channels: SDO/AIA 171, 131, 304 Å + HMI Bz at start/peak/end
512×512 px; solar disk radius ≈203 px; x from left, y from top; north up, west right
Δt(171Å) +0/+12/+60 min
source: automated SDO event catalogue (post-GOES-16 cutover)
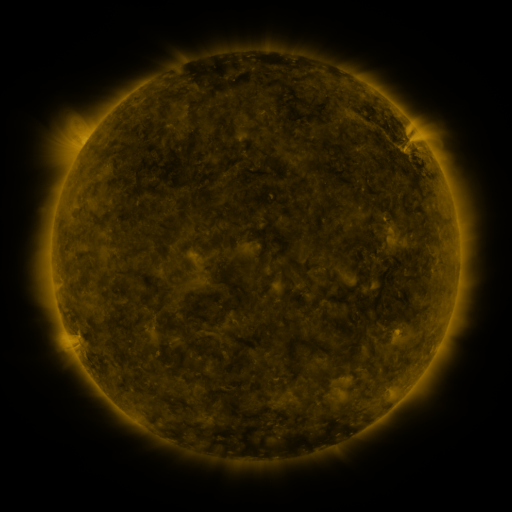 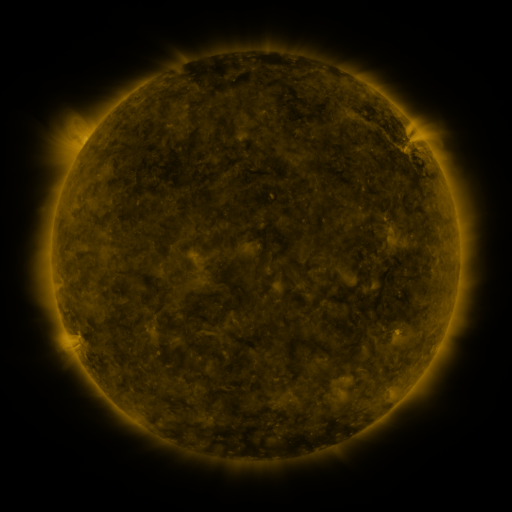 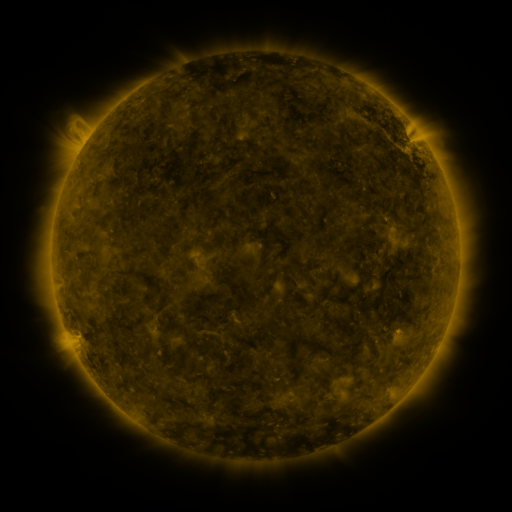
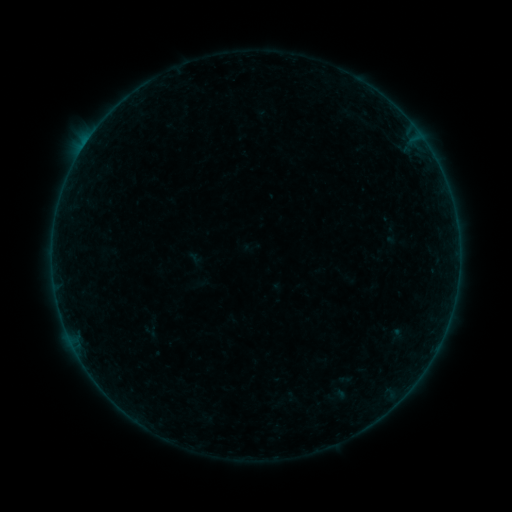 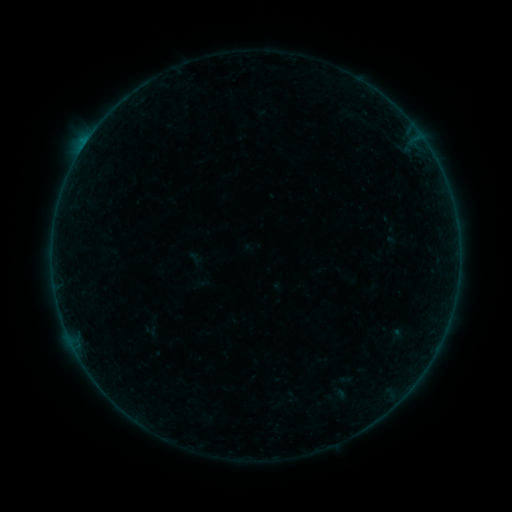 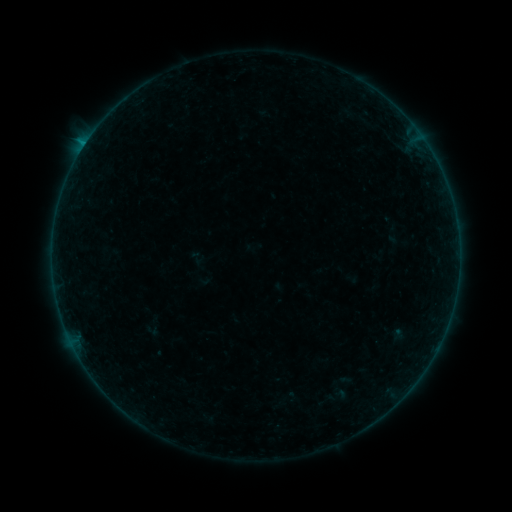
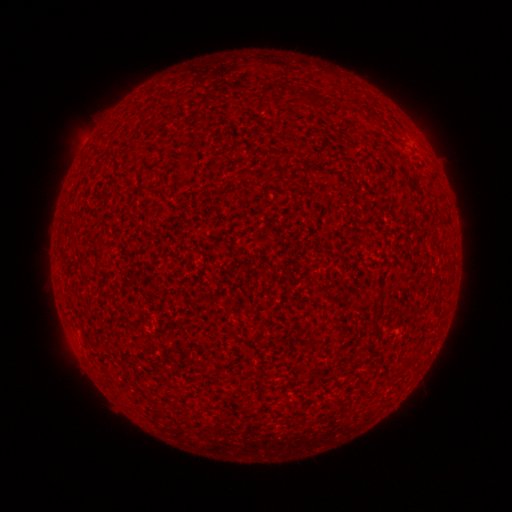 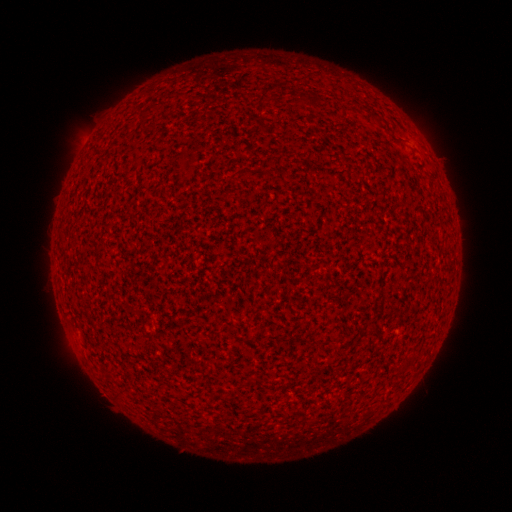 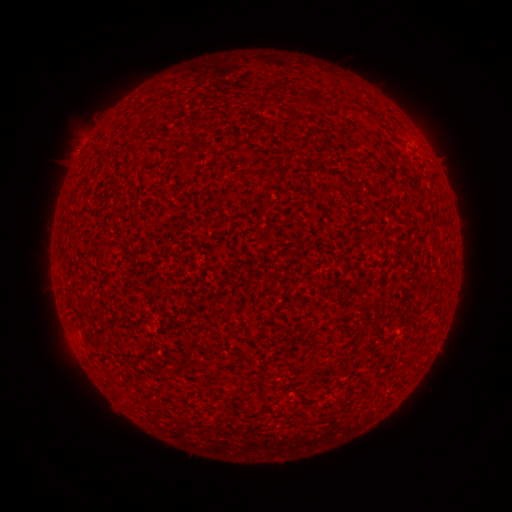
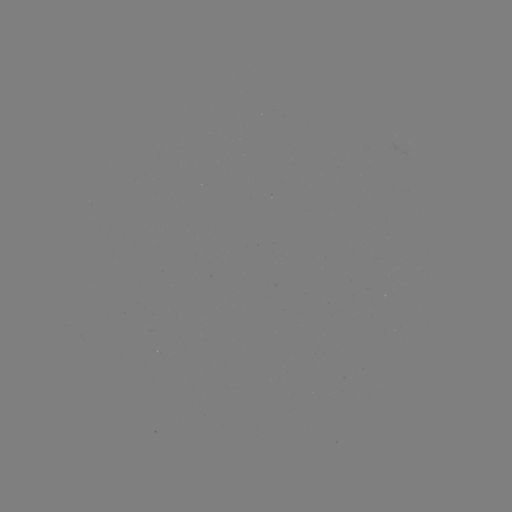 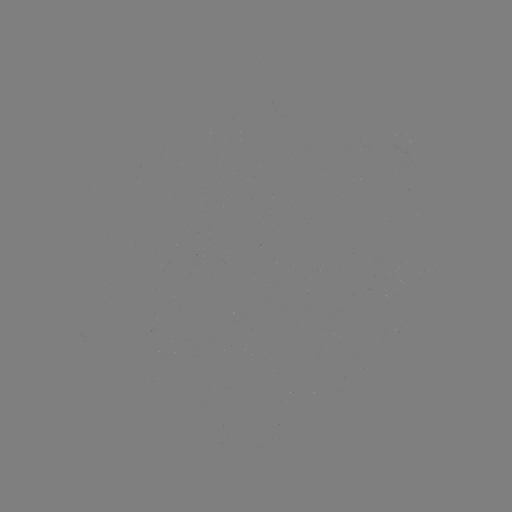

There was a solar flare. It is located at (85, 145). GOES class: B1.1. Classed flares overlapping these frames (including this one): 3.